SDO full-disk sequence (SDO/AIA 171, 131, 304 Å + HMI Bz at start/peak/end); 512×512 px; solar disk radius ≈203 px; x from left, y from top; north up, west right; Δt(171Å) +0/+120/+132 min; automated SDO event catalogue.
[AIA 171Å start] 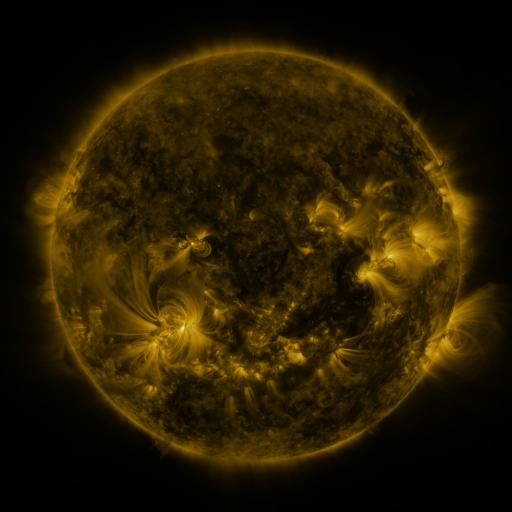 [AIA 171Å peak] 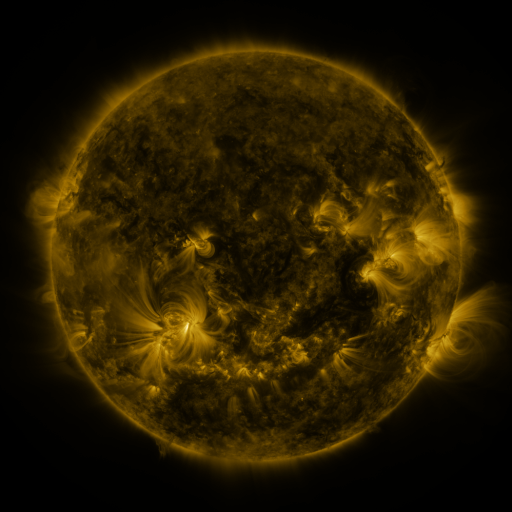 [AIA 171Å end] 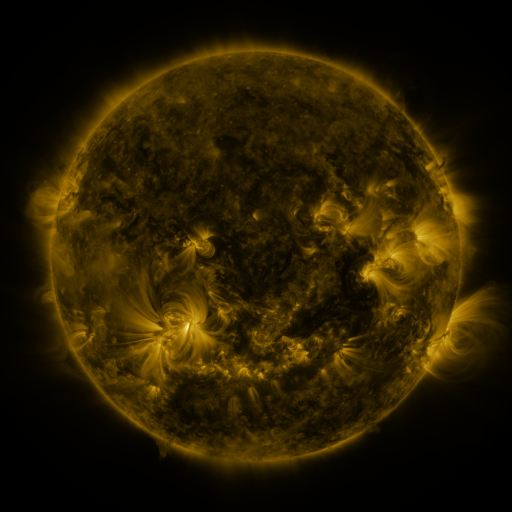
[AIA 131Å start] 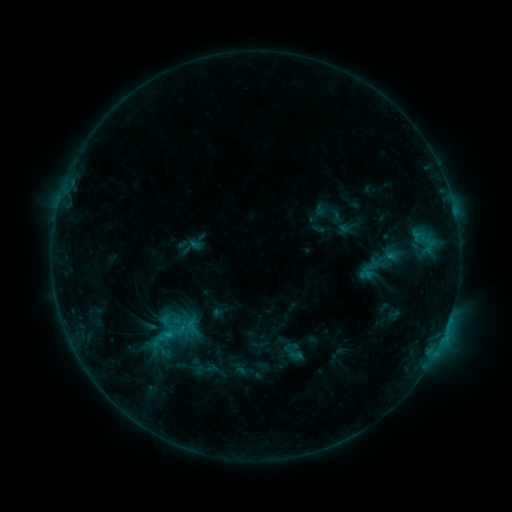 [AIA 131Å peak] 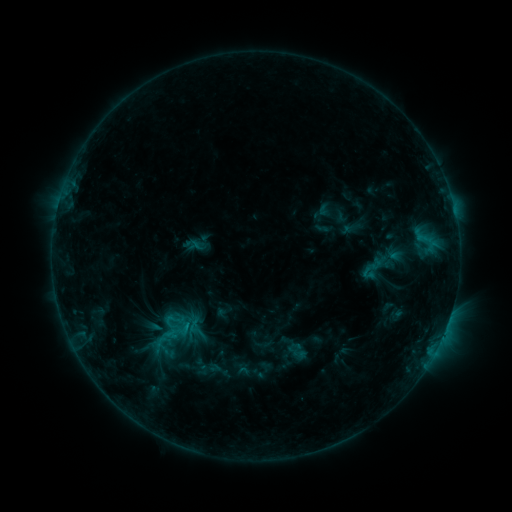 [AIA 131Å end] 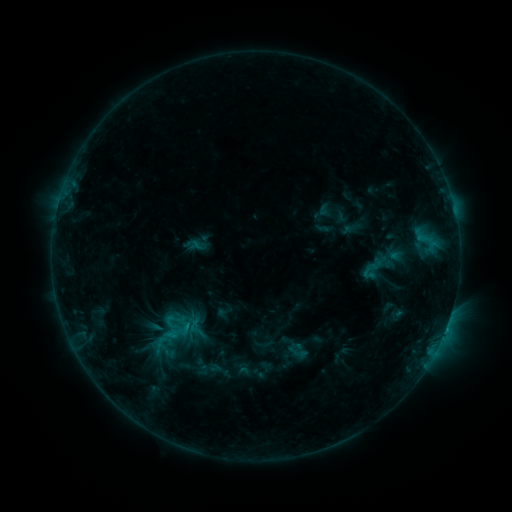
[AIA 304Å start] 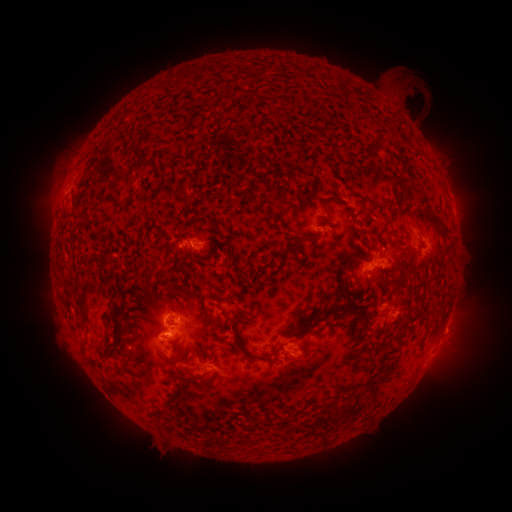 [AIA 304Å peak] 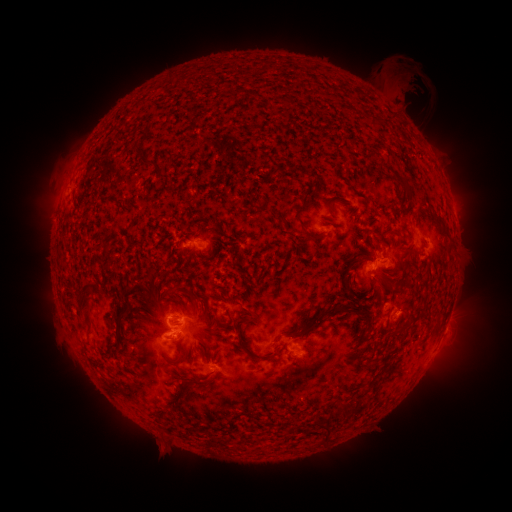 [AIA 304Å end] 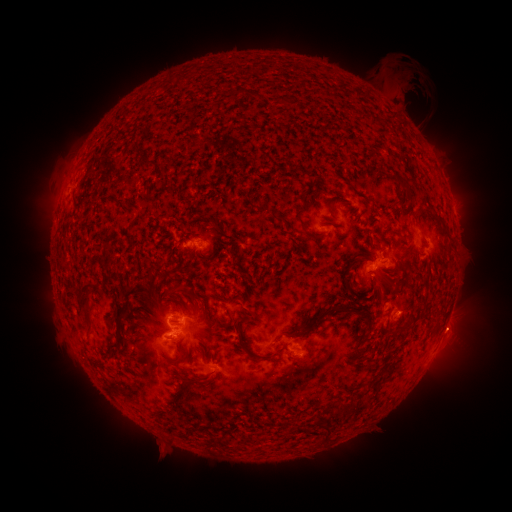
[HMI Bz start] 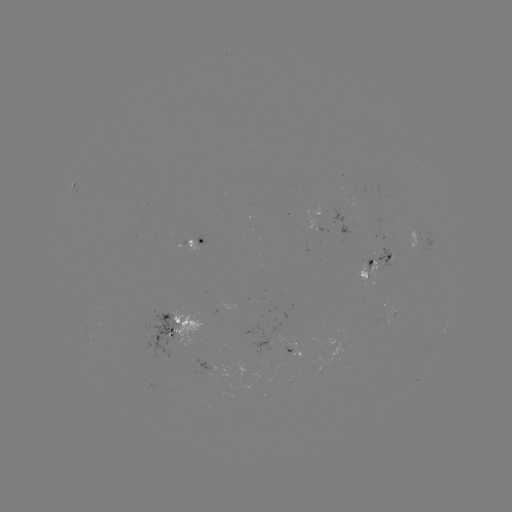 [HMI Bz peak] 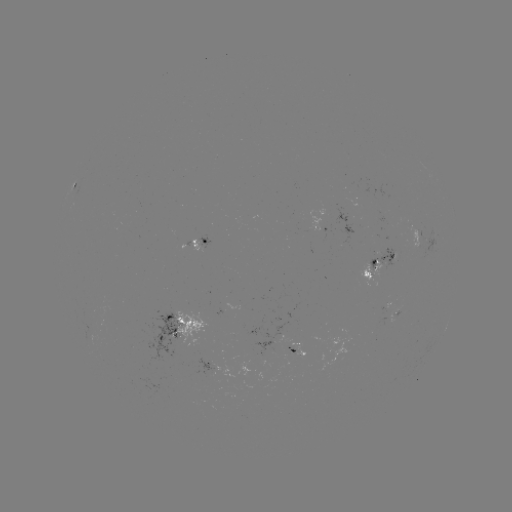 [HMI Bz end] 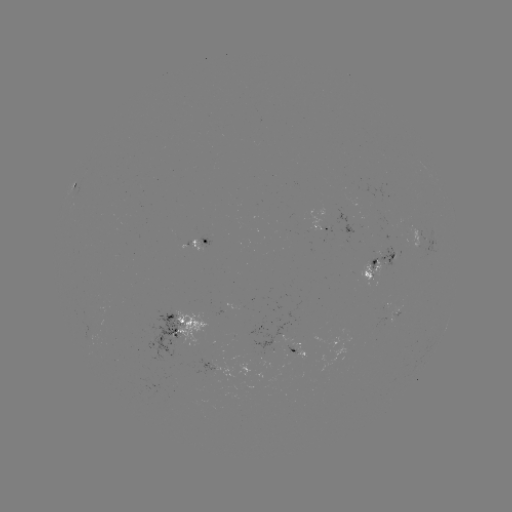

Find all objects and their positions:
emerging-flux region: (384, 261)
